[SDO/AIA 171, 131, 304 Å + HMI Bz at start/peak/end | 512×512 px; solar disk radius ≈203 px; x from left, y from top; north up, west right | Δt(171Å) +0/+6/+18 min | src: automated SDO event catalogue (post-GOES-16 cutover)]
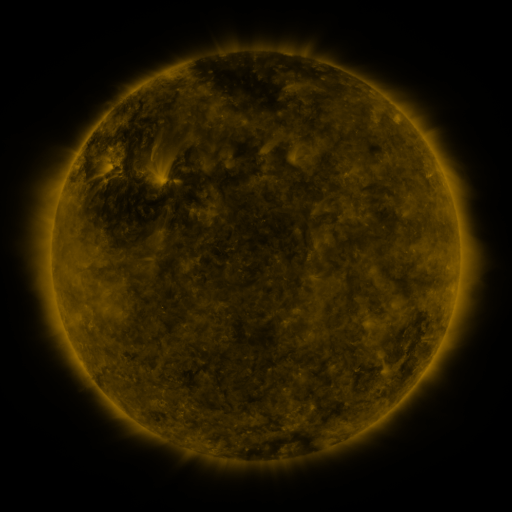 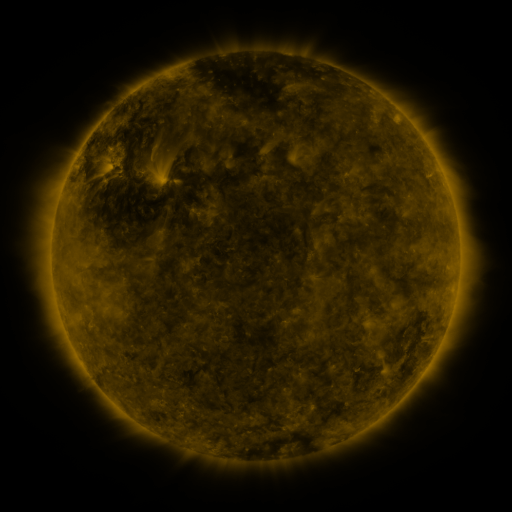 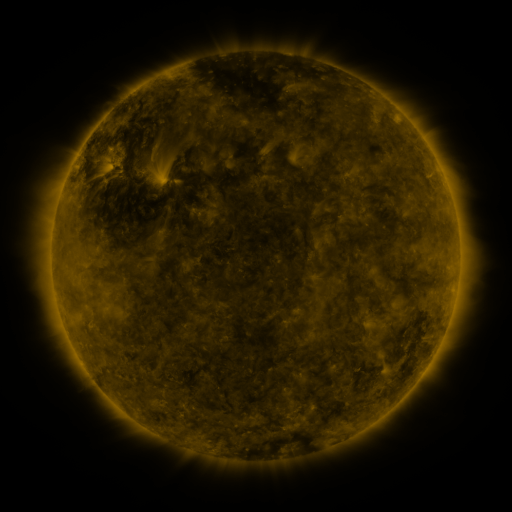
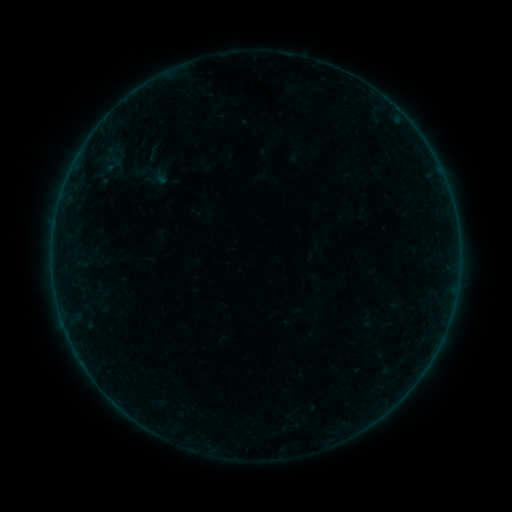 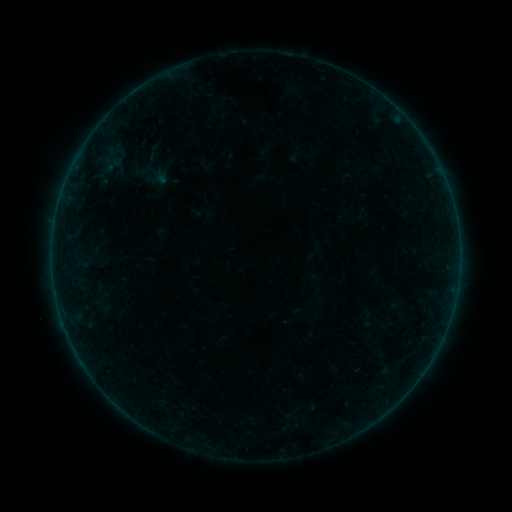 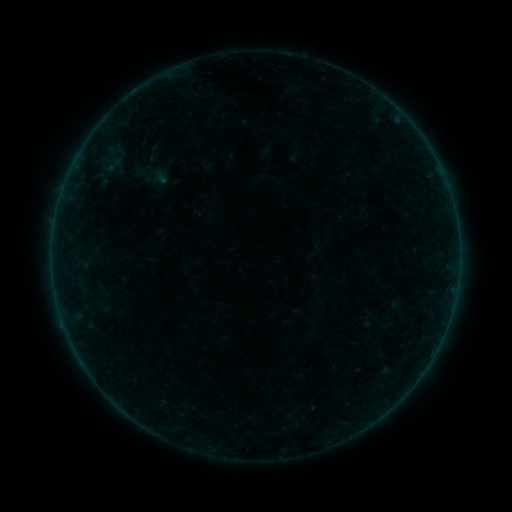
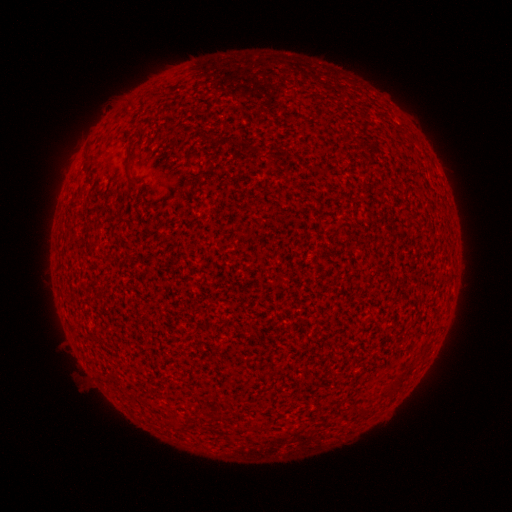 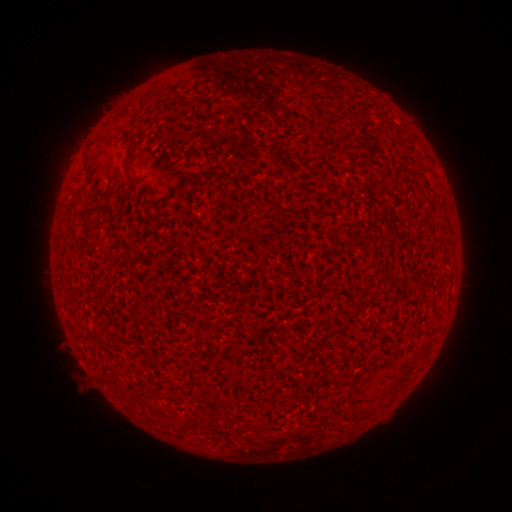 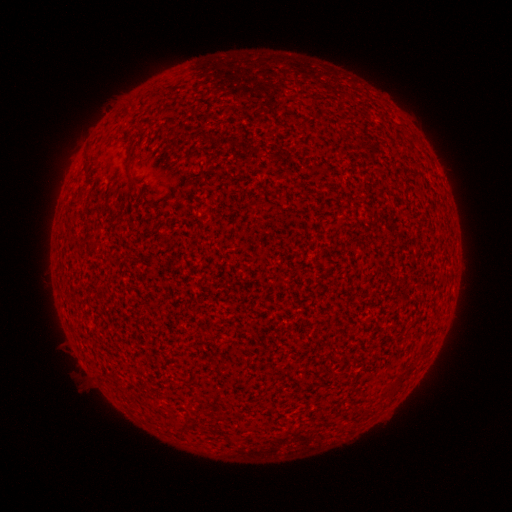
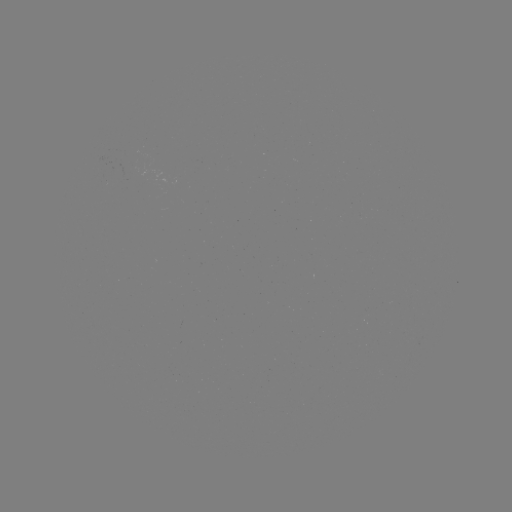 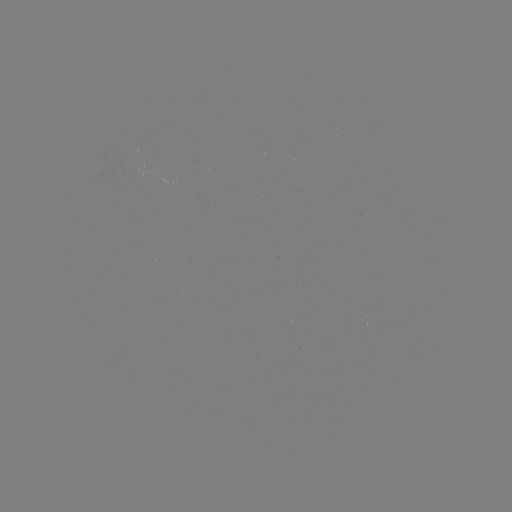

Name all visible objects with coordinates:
A4.0 flare: (356, 369)
